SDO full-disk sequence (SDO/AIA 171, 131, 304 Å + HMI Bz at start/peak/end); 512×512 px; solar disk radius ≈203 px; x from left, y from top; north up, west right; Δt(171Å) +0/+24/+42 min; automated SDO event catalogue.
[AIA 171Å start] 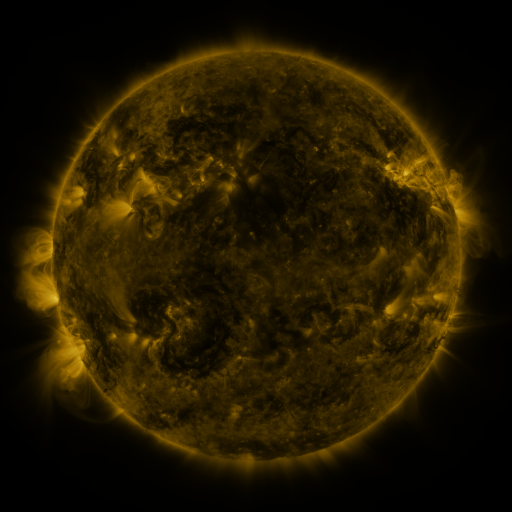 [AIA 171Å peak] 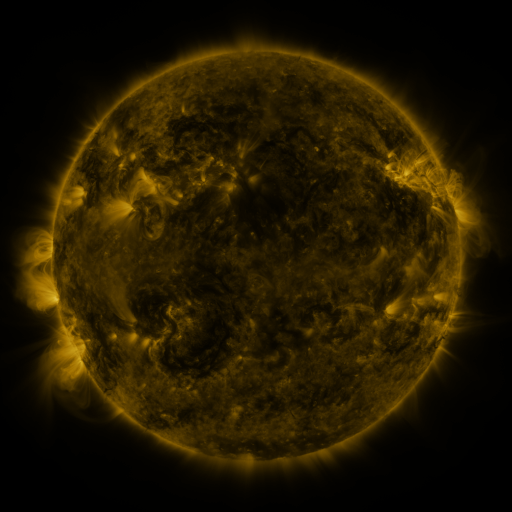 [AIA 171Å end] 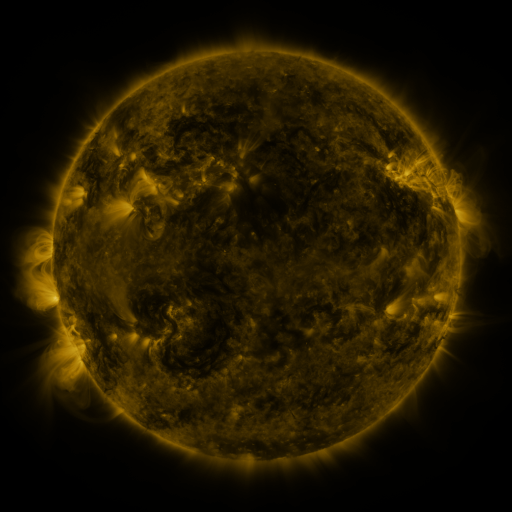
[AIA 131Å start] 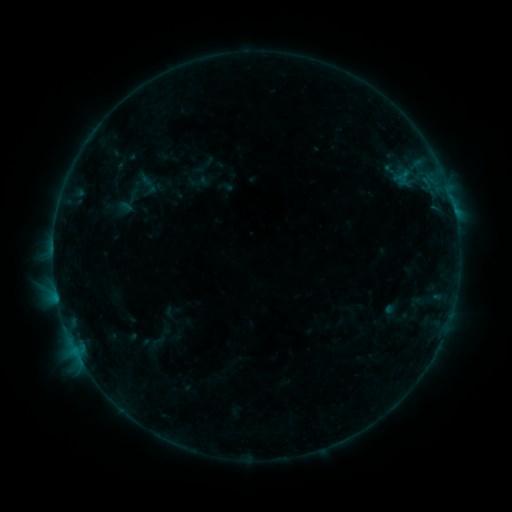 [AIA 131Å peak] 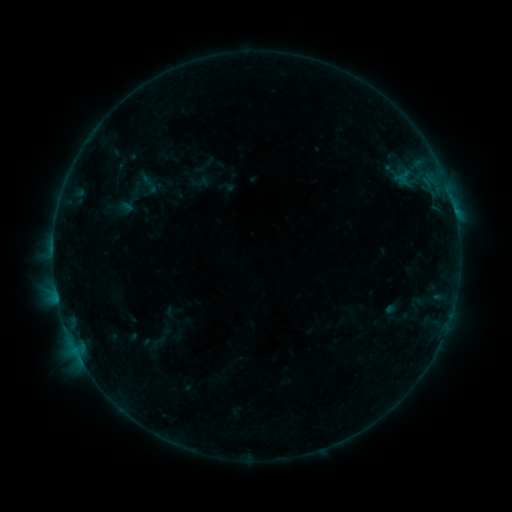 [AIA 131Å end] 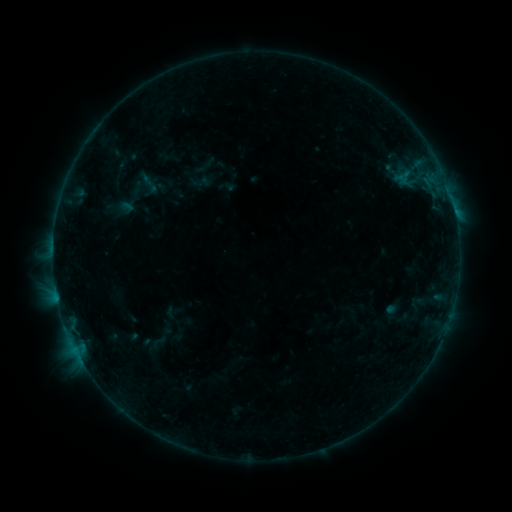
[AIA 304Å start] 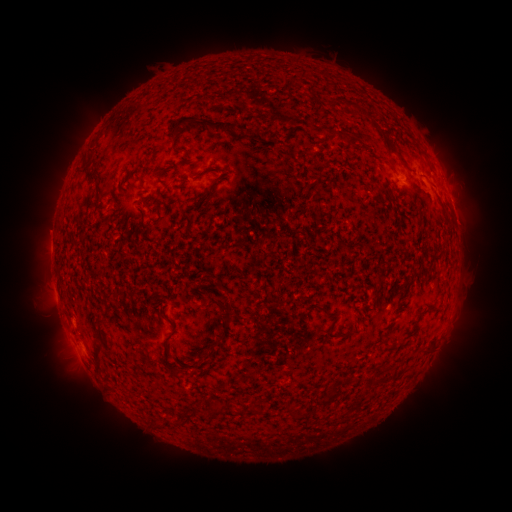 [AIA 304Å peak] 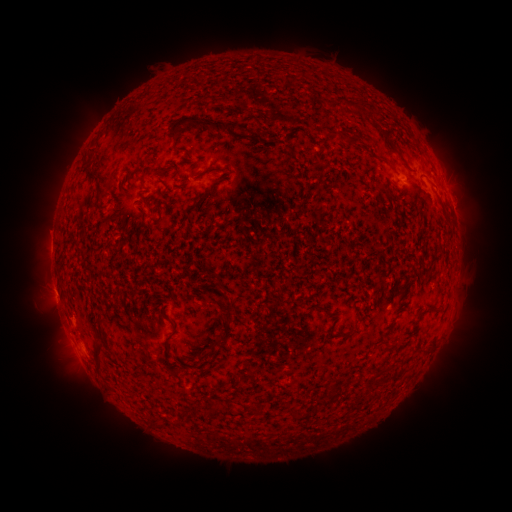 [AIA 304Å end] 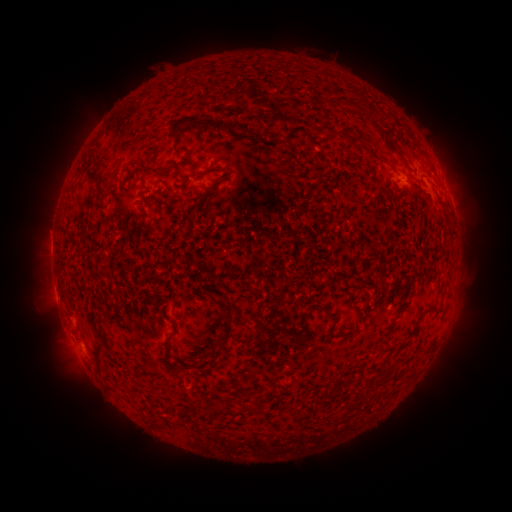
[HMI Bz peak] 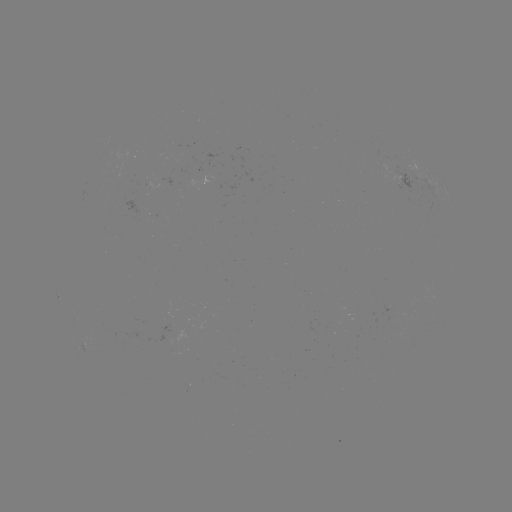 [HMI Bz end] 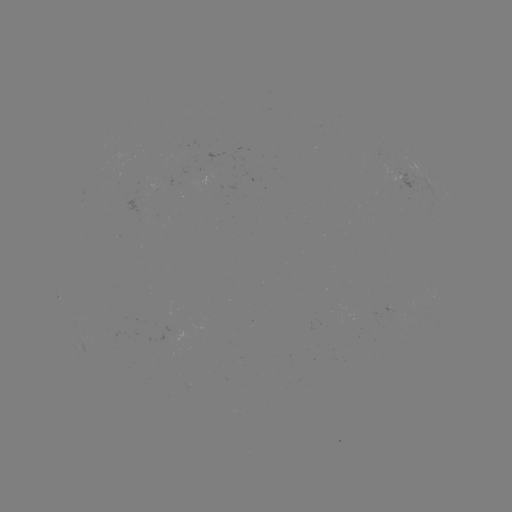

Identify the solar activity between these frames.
no classed flare was catalogued and no EUV brightening was flagged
